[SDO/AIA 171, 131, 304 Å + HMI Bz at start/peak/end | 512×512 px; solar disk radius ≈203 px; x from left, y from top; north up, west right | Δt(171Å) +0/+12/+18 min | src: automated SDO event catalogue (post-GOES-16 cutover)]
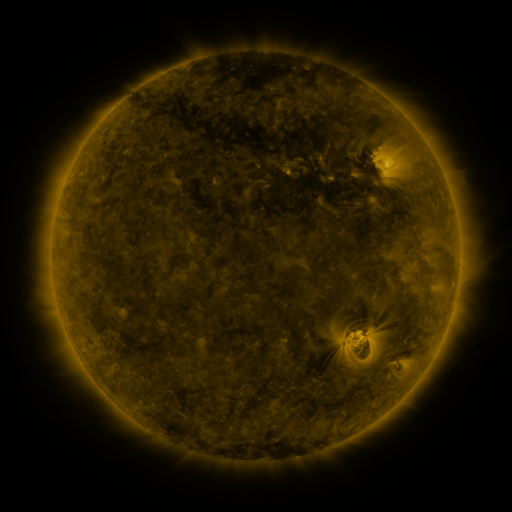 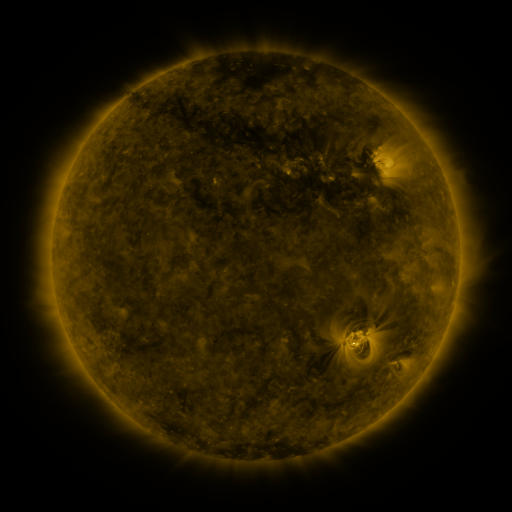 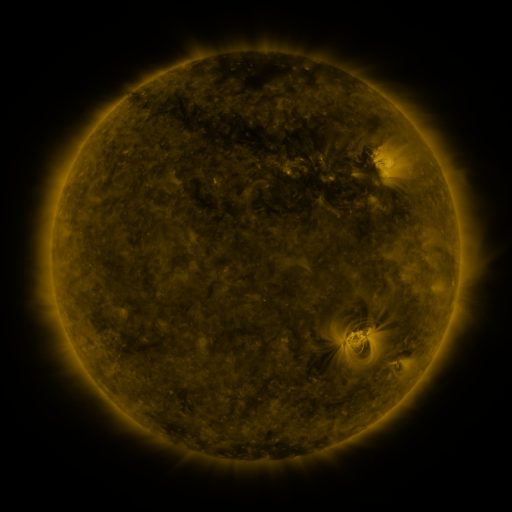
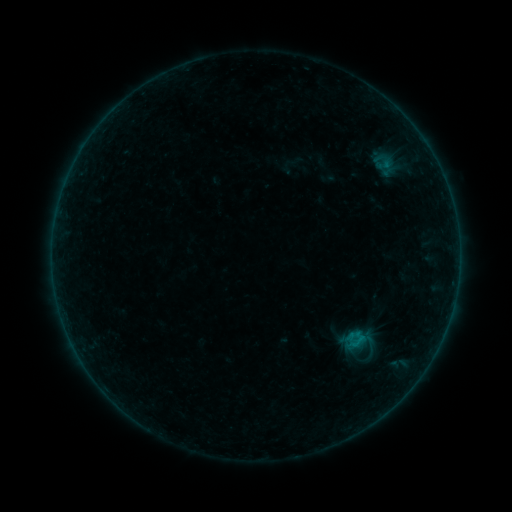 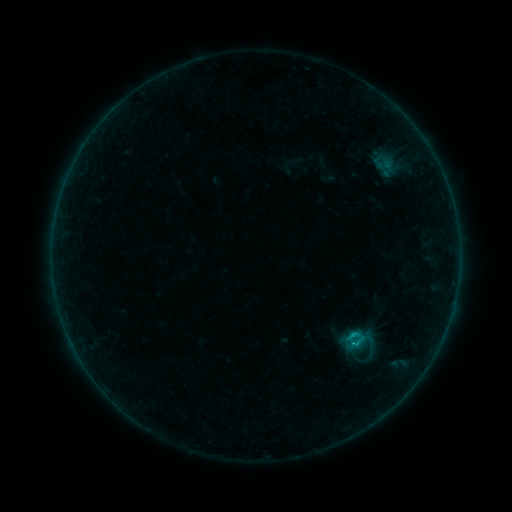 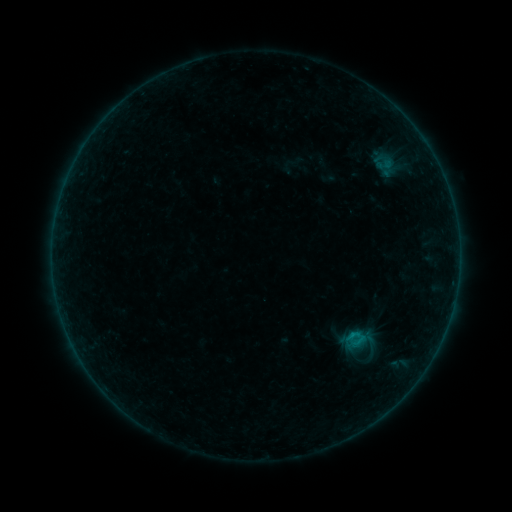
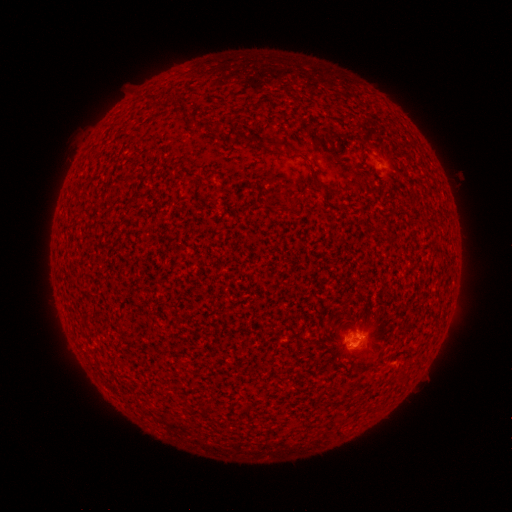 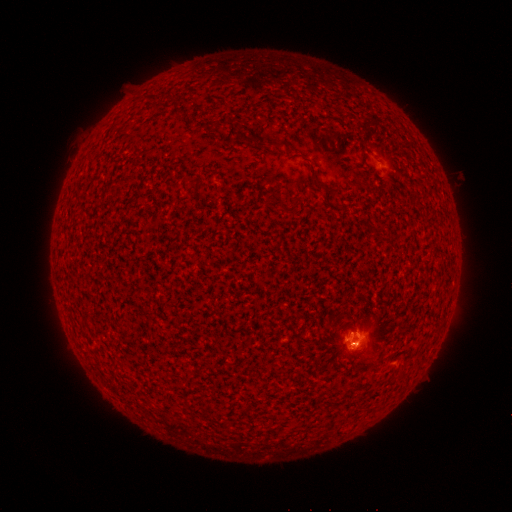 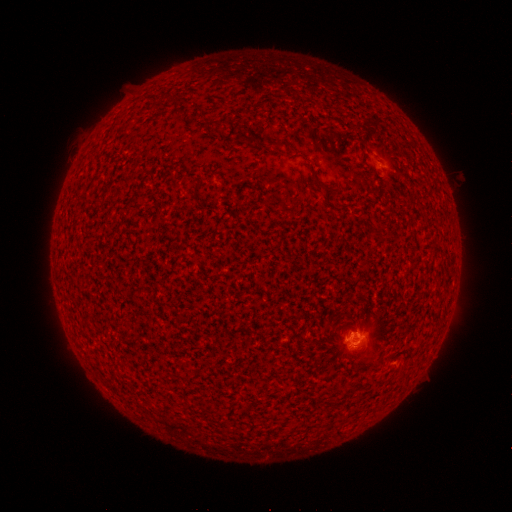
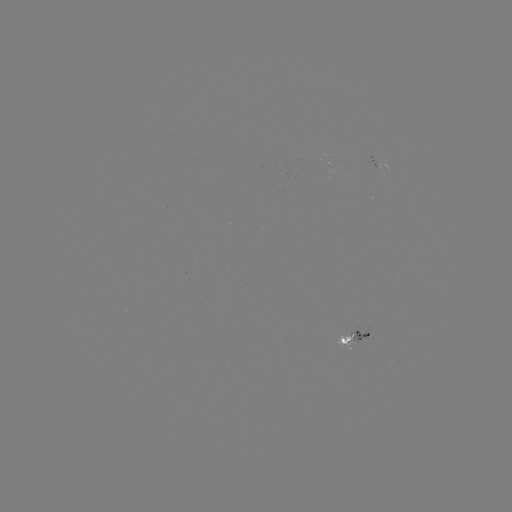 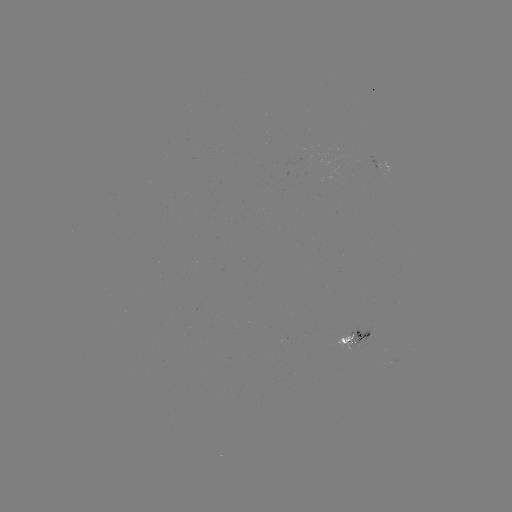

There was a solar flare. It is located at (350, 332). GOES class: B7.8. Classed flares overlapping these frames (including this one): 1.